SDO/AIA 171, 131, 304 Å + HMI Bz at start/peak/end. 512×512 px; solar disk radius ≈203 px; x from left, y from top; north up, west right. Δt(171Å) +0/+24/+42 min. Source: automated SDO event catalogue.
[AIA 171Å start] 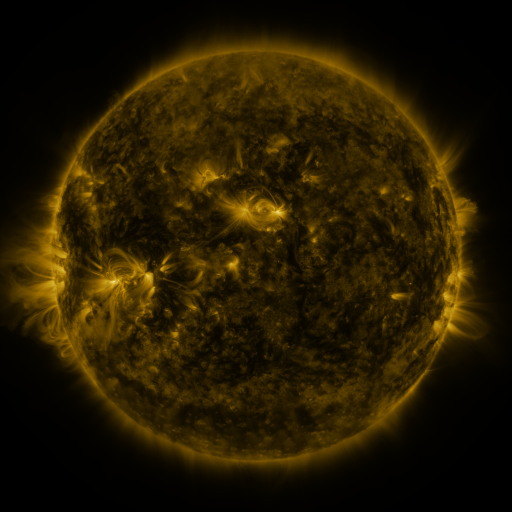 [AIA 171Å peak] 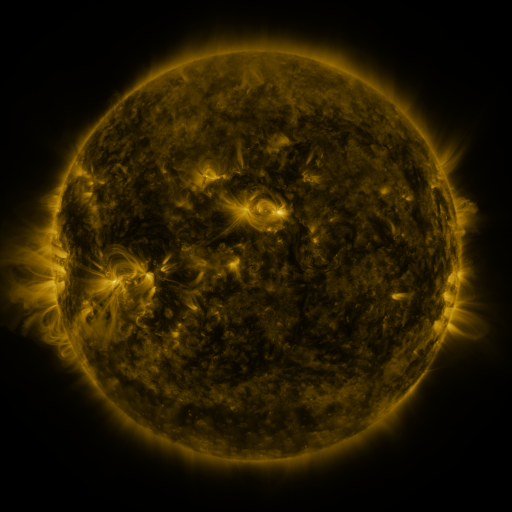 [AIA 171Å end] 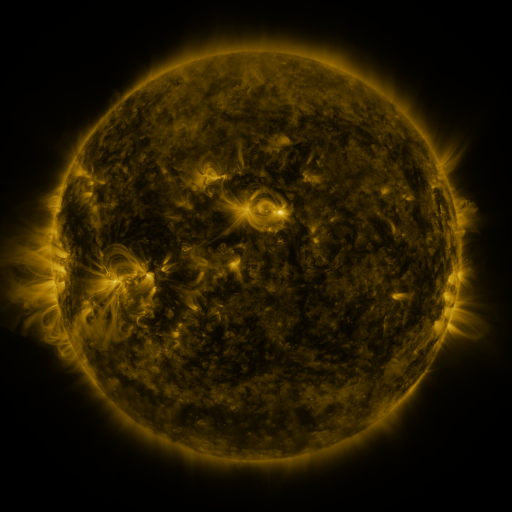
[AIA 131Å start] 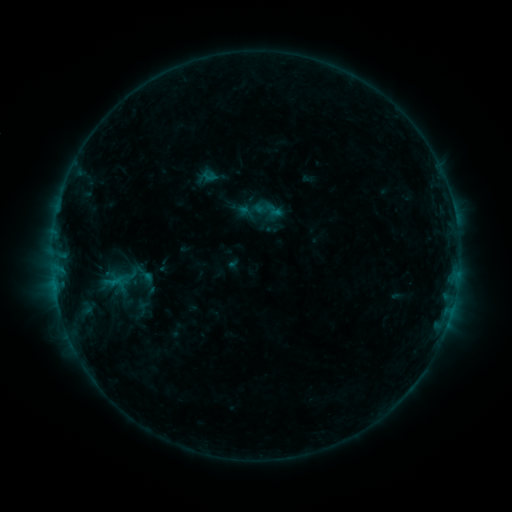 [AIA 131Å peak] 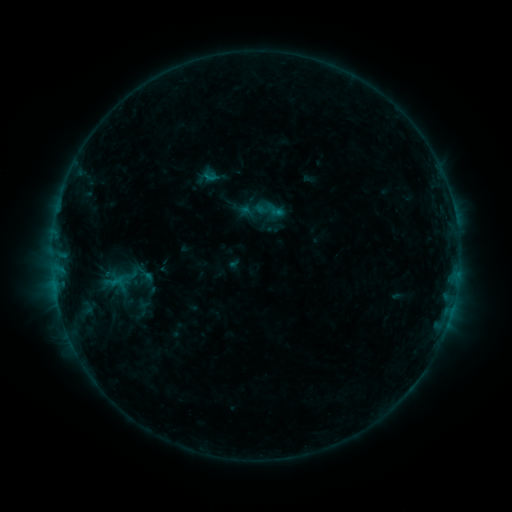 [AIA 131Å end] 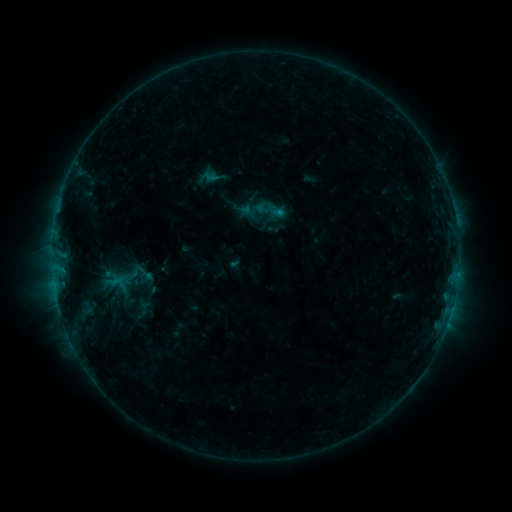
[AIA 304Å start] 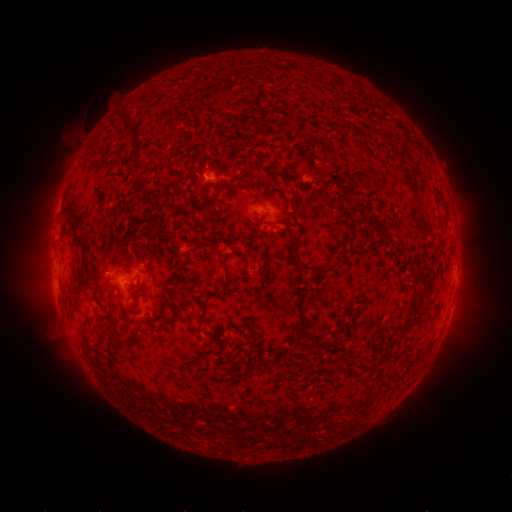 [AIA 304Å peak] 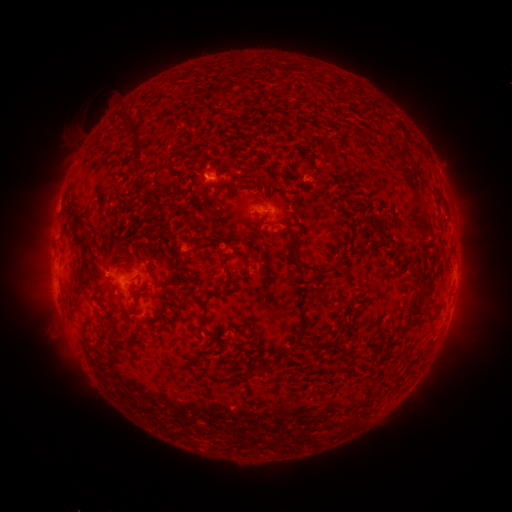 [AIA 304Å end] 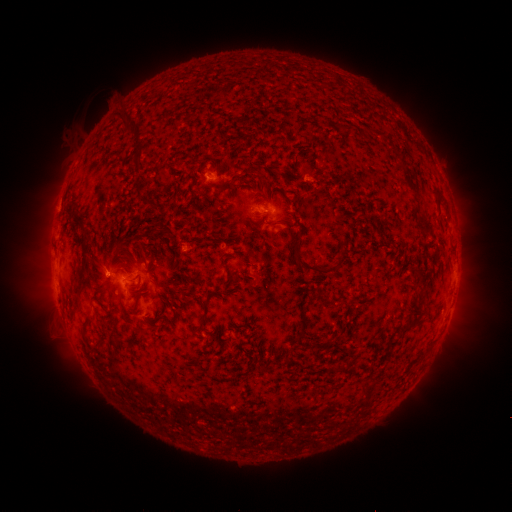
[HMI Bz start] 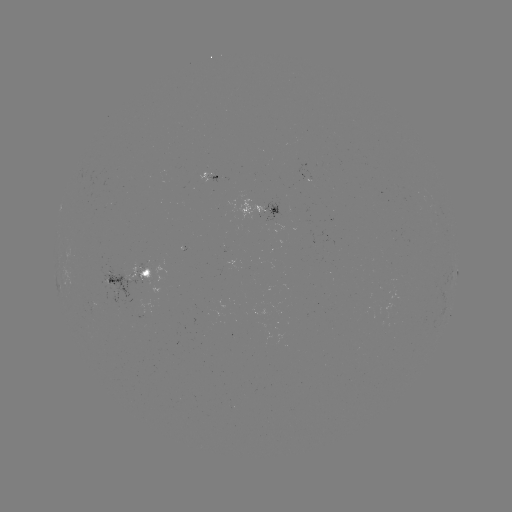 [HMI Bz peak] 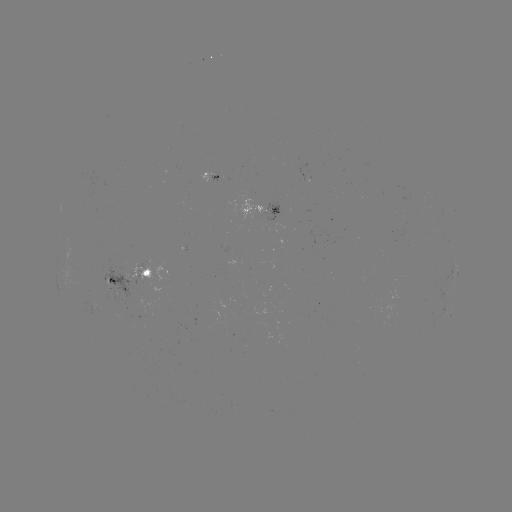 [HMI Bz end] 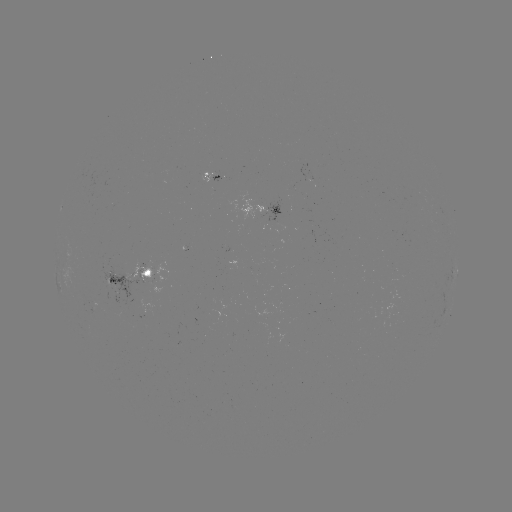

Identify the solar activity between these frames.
no flare in any classed list; no EUV-trigger detection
